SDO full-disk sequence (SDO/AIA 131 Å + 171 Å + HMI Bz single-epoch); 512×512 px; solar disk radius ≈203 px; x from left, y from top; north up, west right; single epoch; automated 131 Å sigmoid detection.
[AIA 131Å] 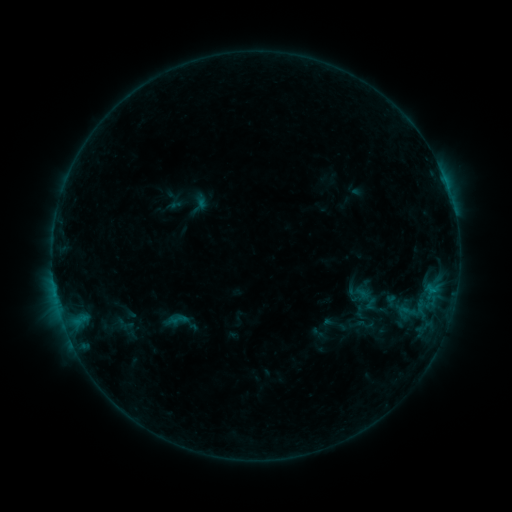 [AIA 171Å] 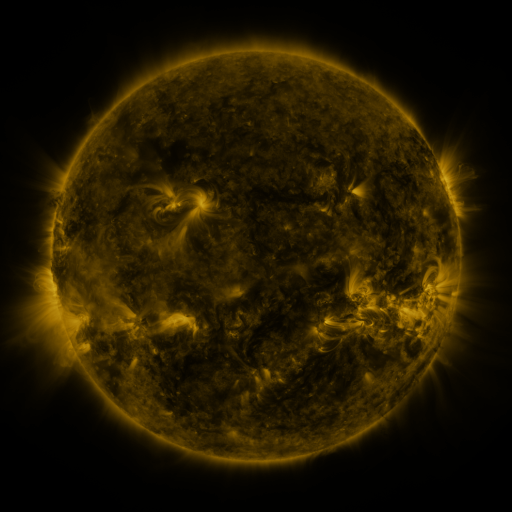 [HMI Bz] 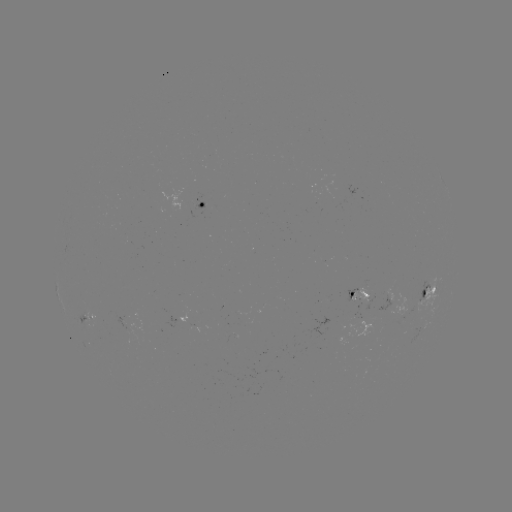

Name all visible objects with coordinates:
sigmoid: (364, 324)
